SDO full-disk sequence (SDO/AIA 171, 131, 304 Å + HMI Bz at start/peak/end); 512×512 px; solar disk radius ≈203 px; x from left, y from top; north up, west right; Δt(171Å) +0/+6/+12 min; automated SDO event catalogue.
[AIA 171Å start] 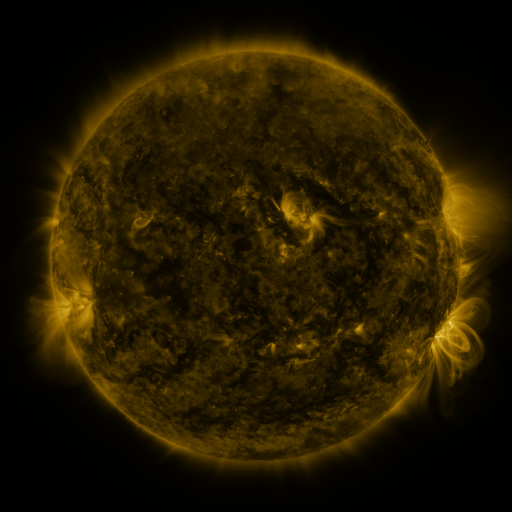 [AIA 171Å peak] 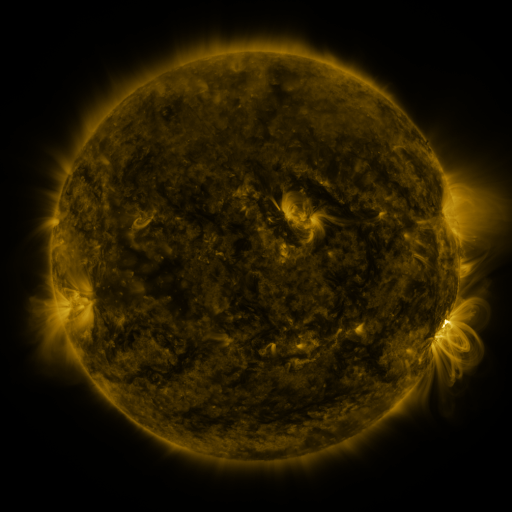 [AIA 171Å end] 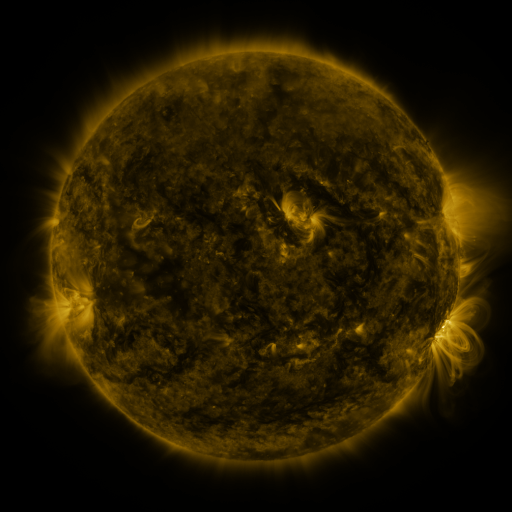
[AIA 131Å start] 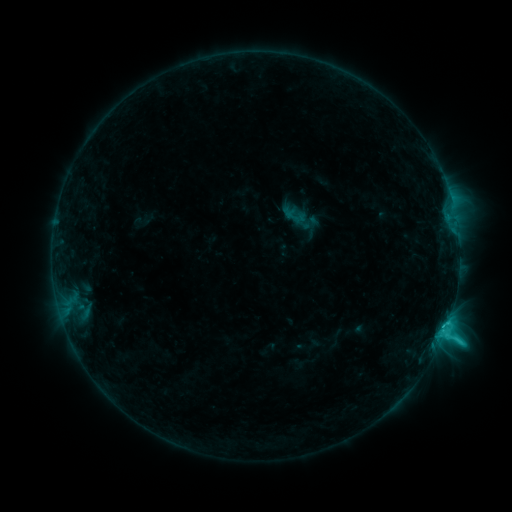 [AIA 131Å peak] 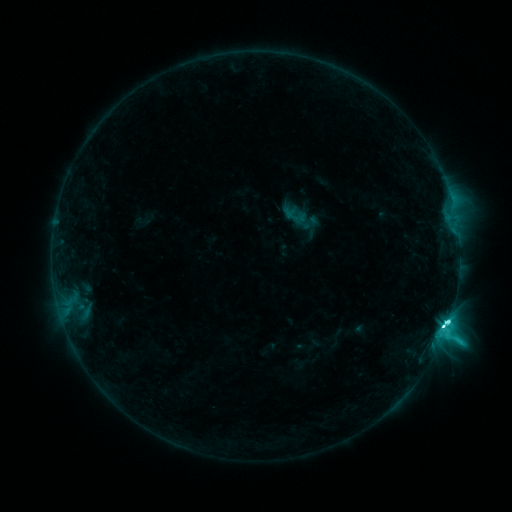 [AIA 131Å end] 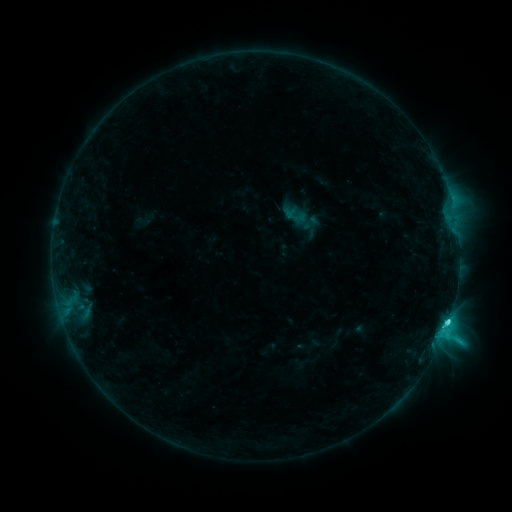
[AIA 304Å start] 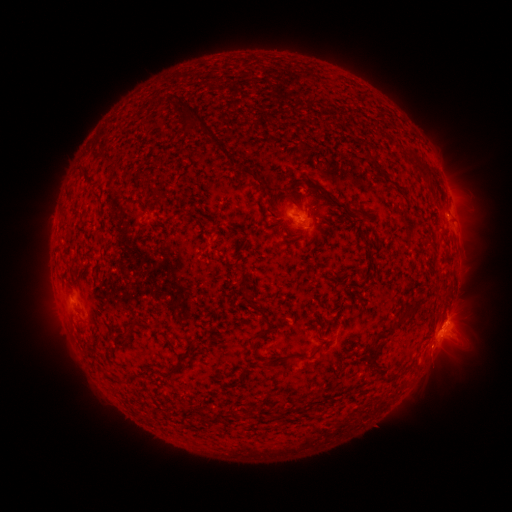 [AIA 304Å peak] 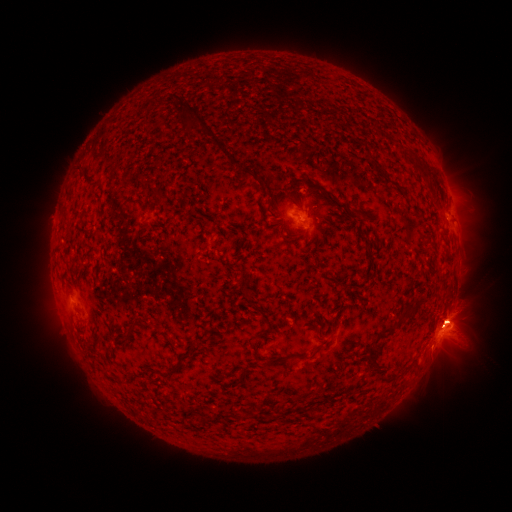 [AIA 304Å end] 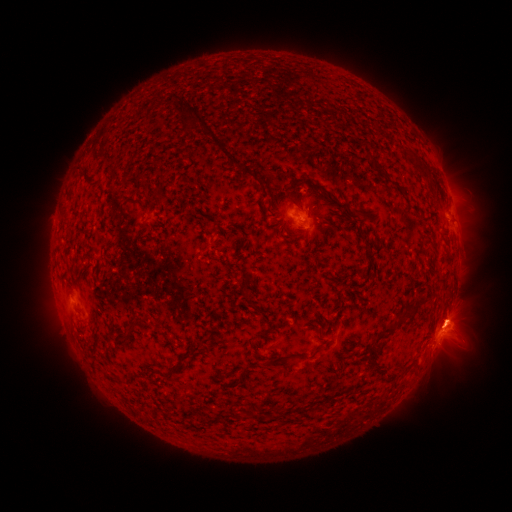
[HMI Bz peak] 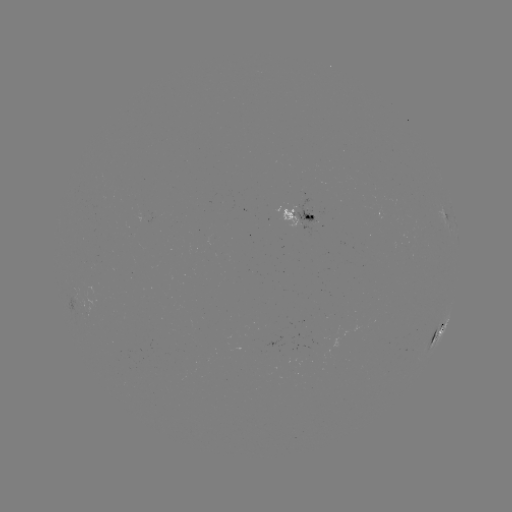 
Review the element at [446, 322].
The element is C8.1 flare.